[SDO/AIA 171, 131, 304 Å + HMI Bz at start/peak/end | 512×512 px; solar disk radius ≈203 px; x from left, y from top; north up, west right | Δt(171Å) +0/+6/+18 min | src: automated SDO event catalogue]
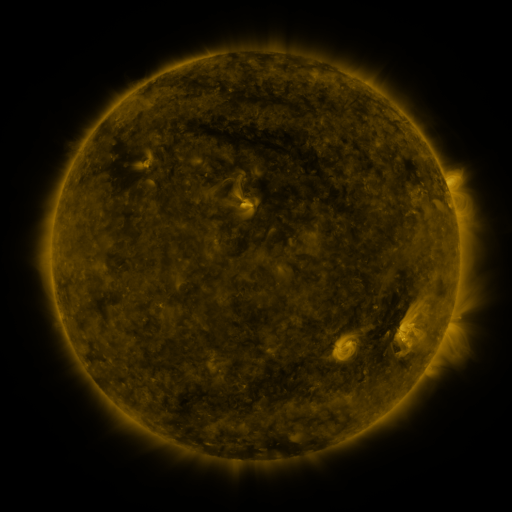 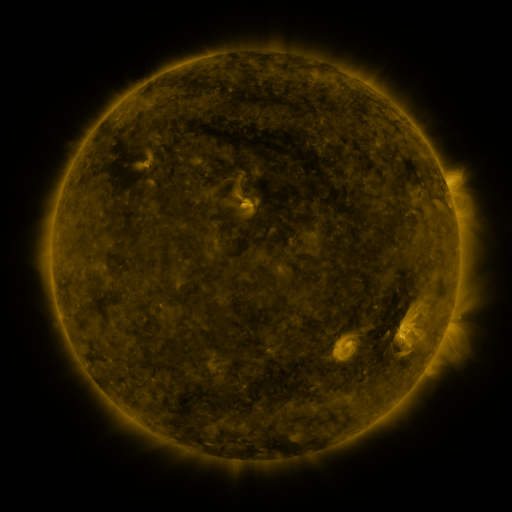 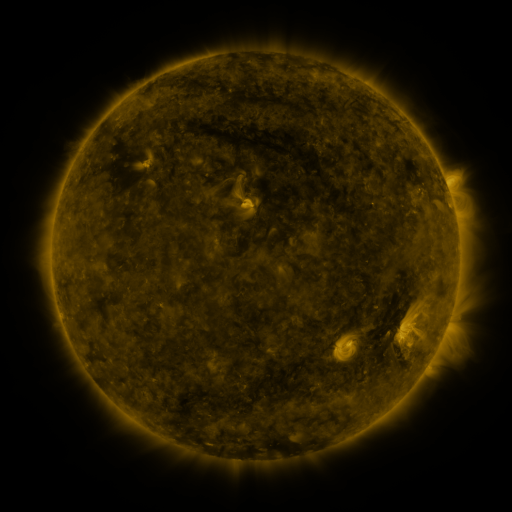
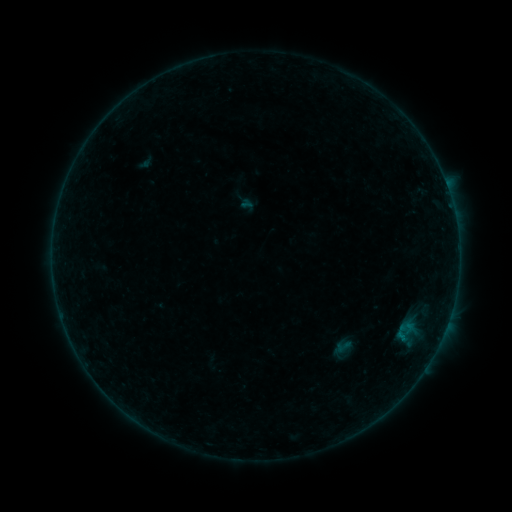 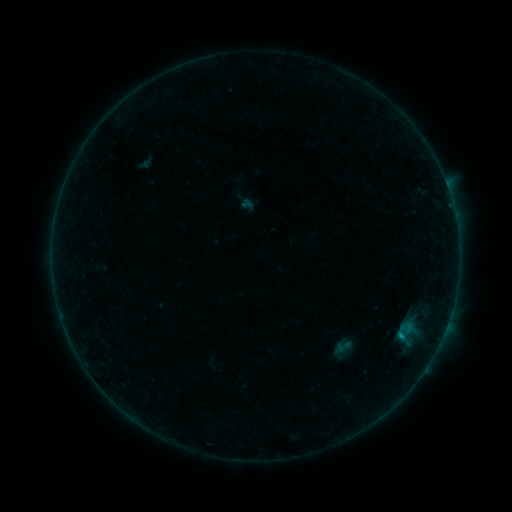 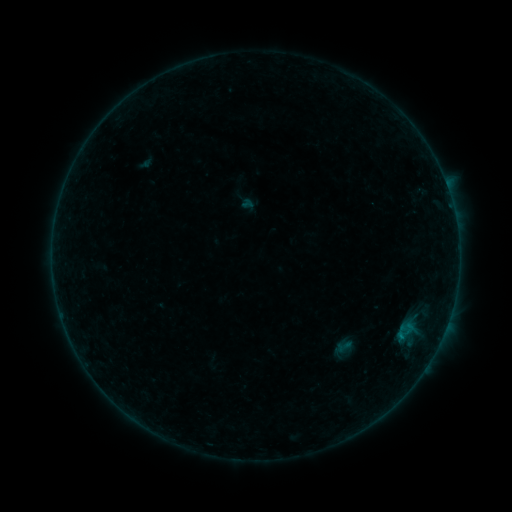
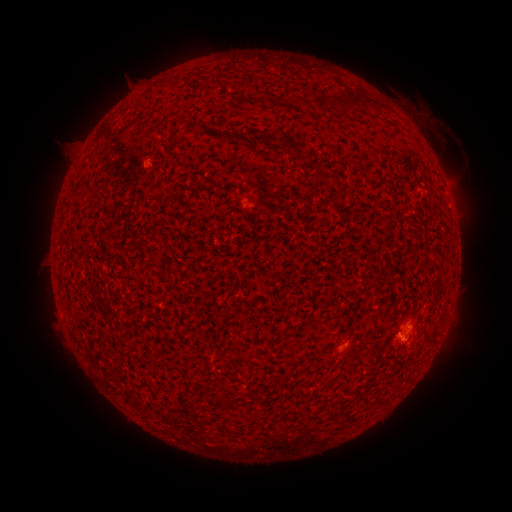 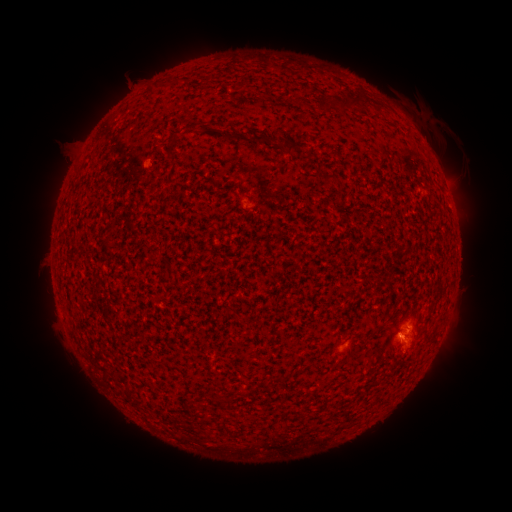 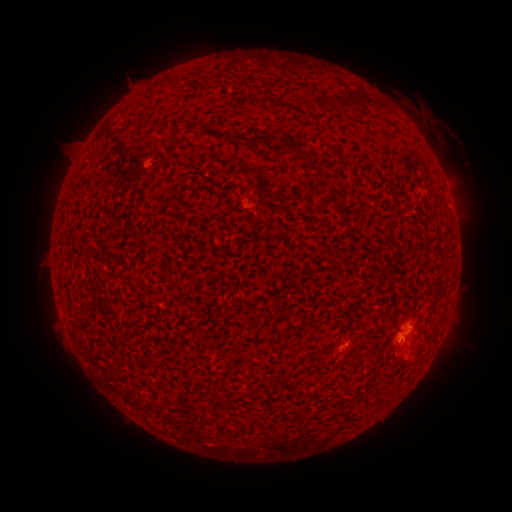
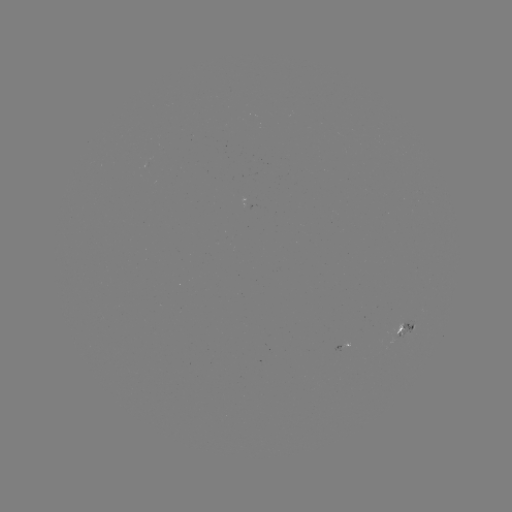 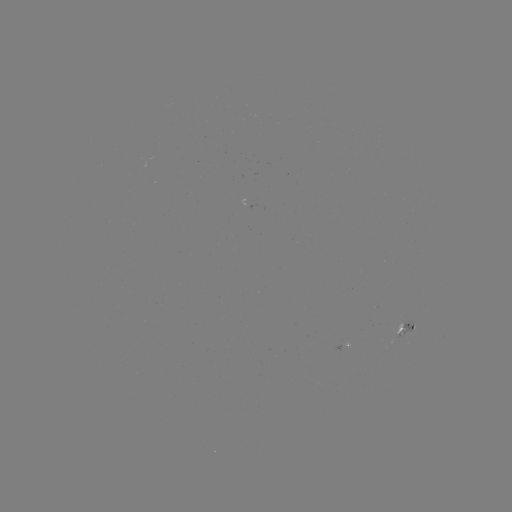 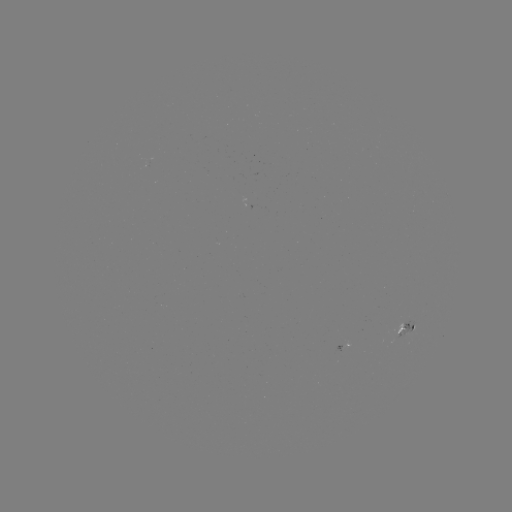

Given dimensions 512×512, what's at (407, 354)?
eruption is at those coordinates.